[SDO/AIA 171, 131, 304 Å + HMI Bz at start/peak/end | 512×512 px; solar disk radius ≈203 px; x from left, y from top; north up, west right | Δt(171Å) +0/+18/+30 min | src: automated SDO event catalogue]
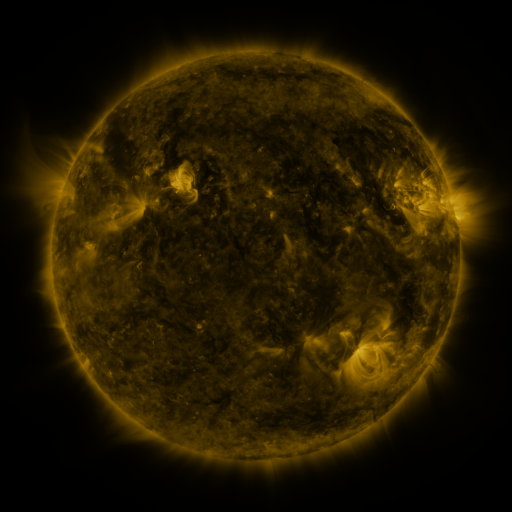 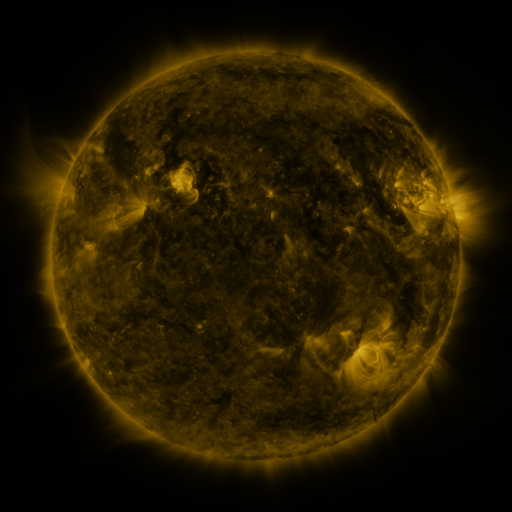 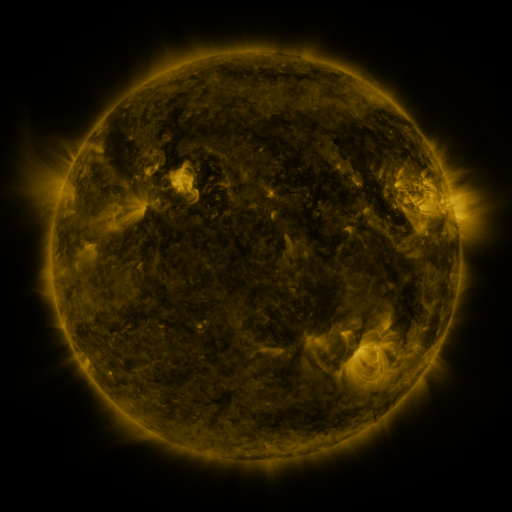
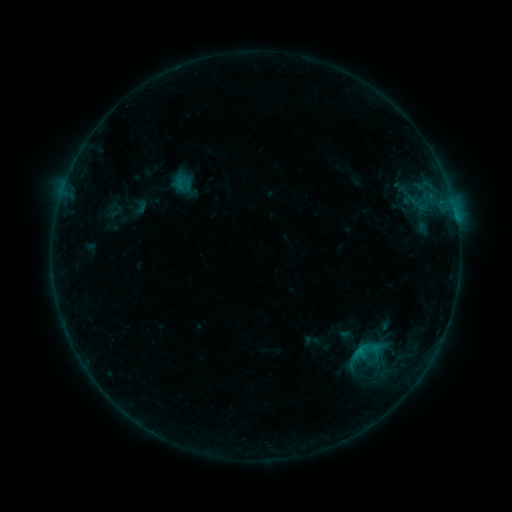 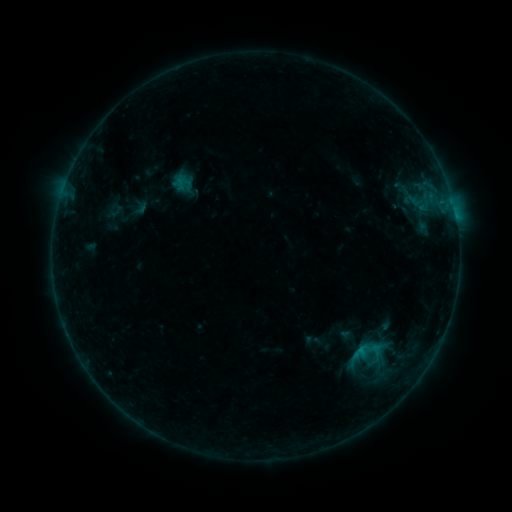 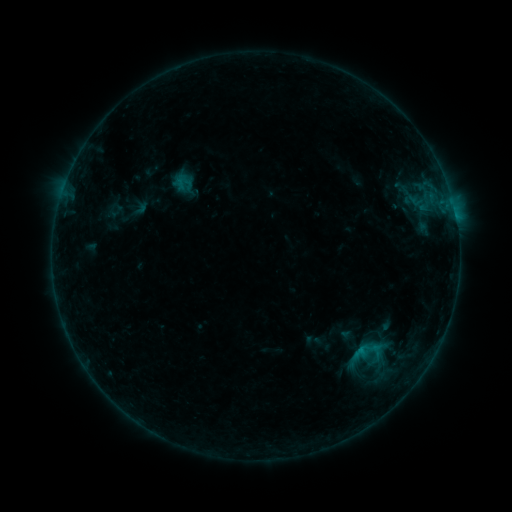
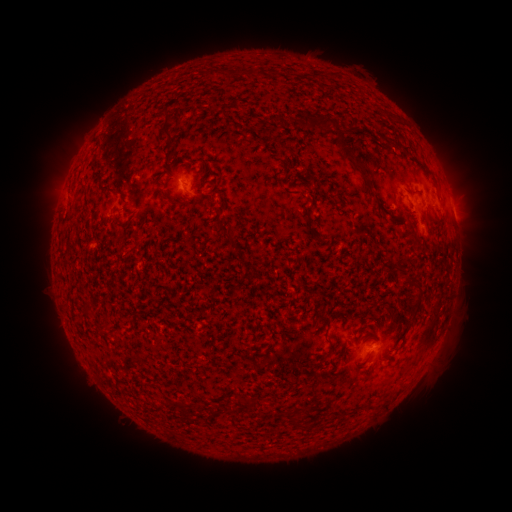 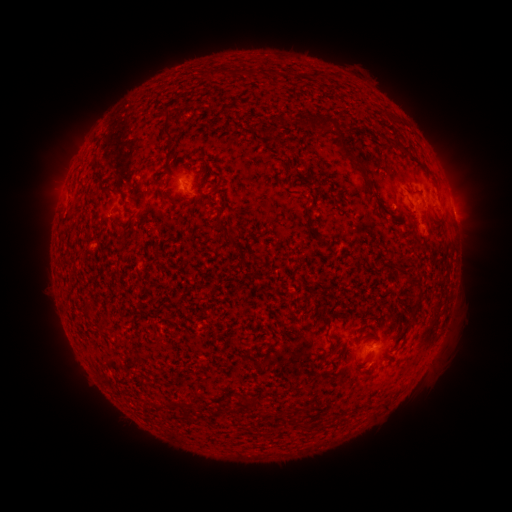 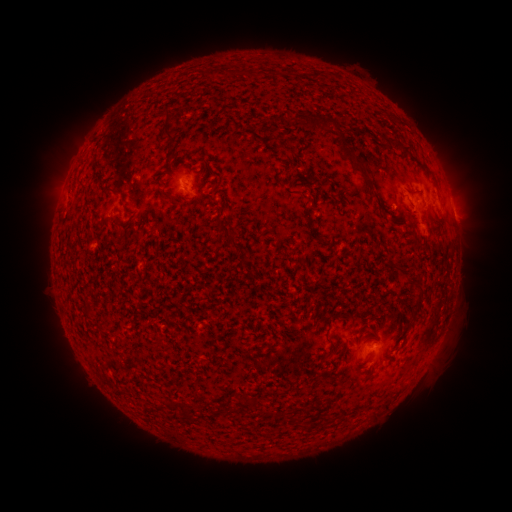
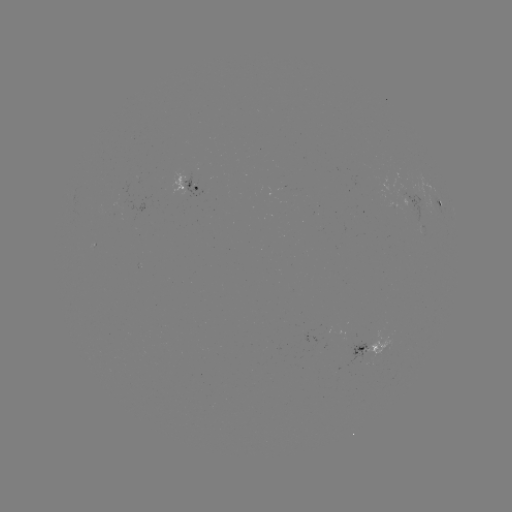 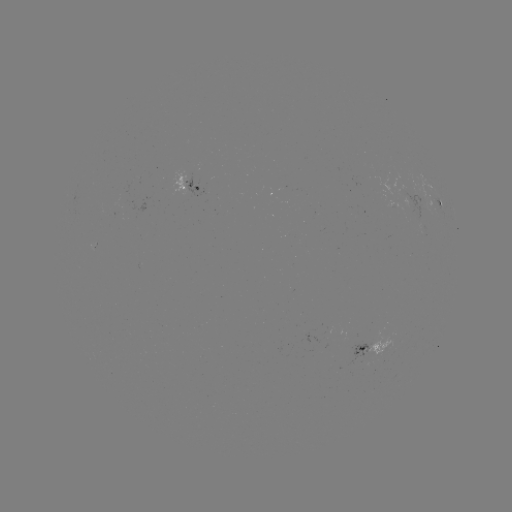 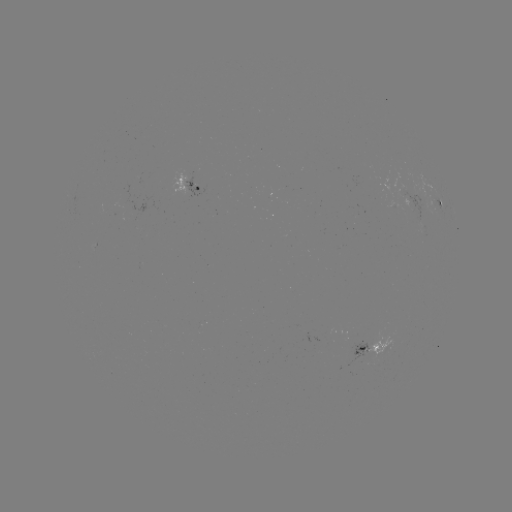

no flare in any classed list; no EUV-trigger detection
